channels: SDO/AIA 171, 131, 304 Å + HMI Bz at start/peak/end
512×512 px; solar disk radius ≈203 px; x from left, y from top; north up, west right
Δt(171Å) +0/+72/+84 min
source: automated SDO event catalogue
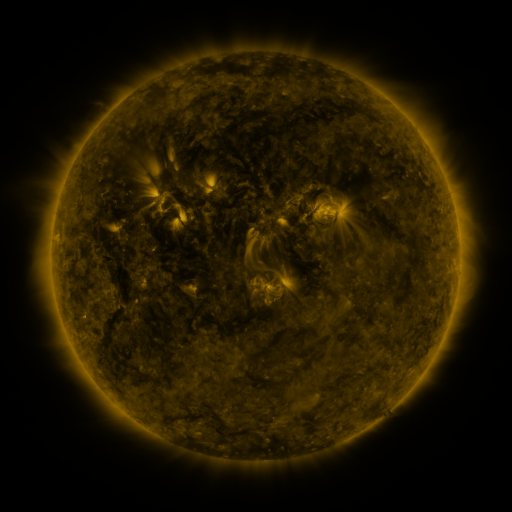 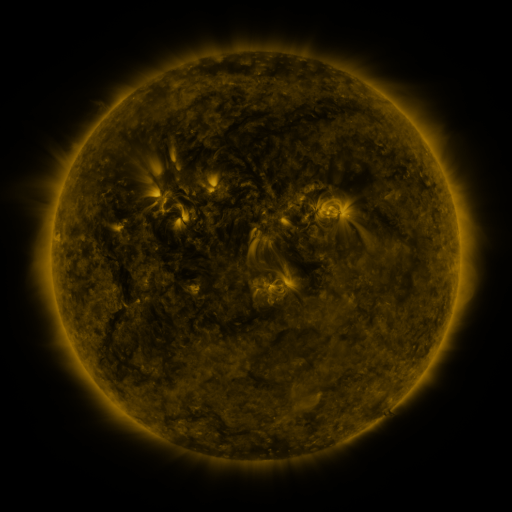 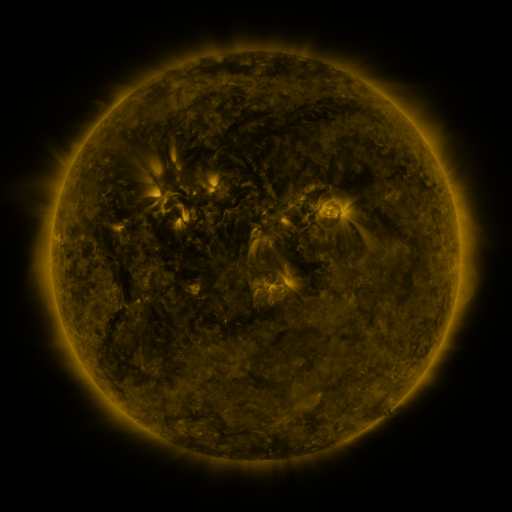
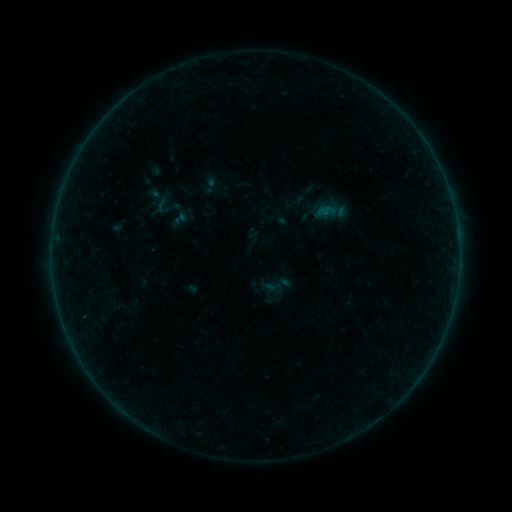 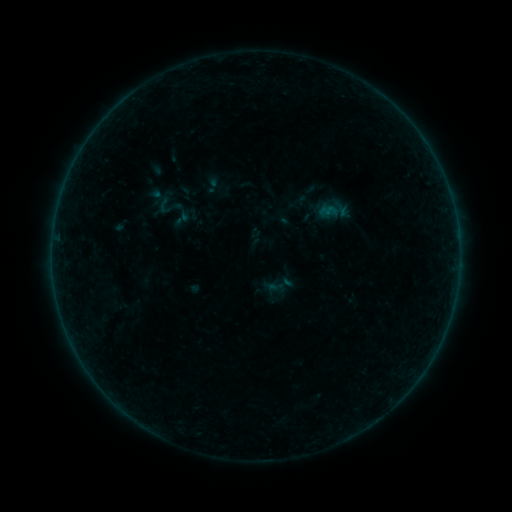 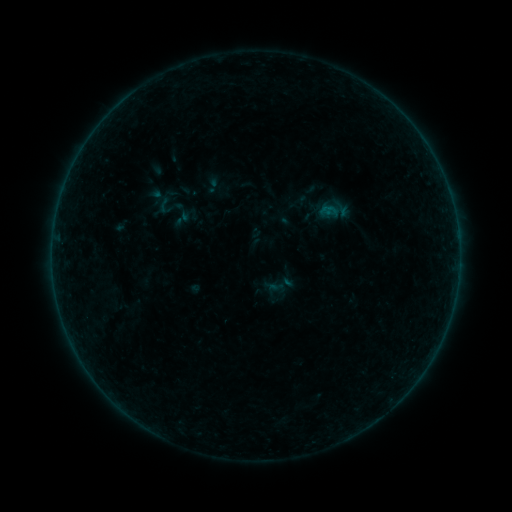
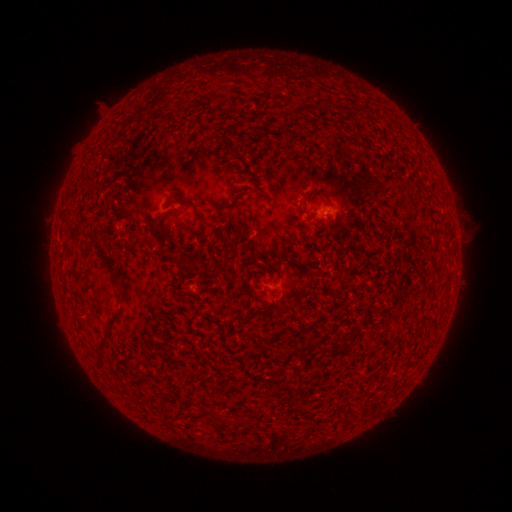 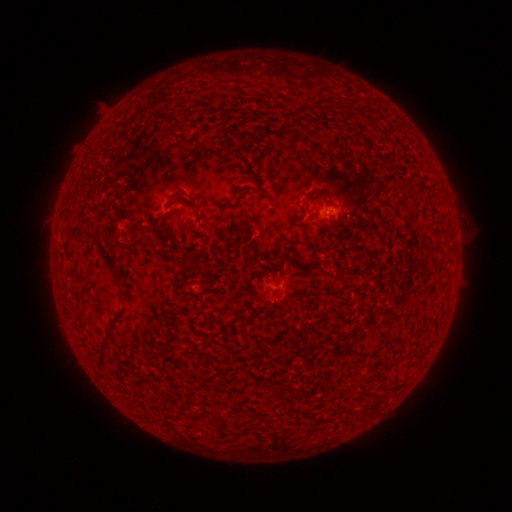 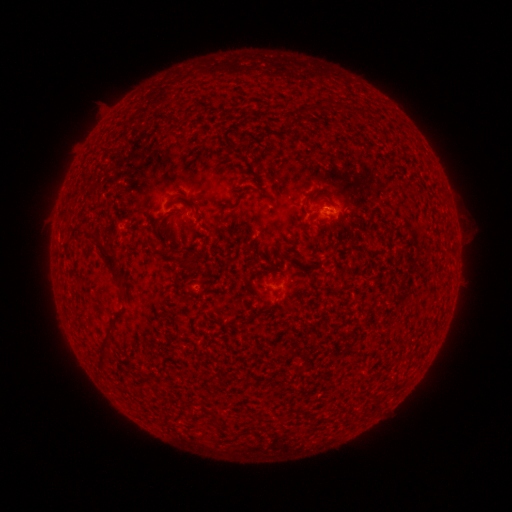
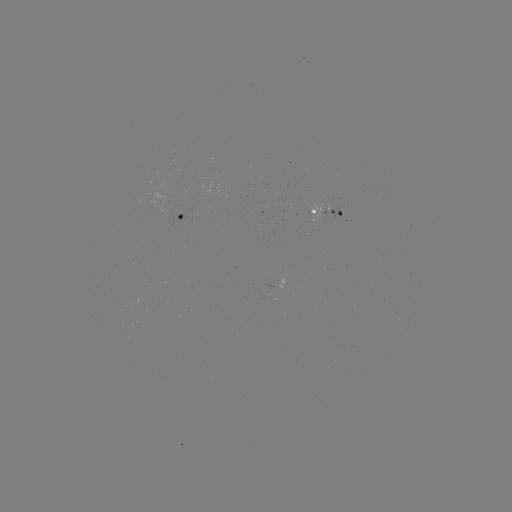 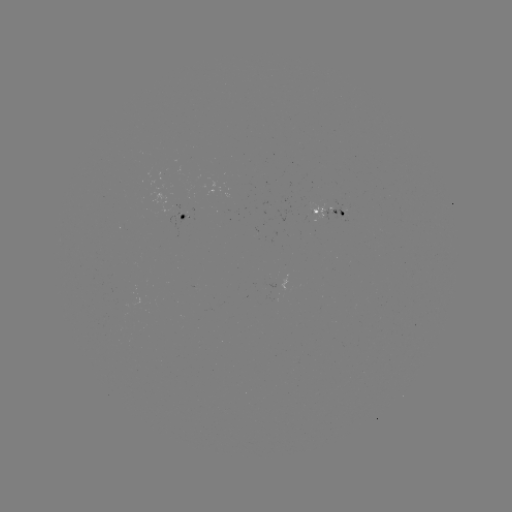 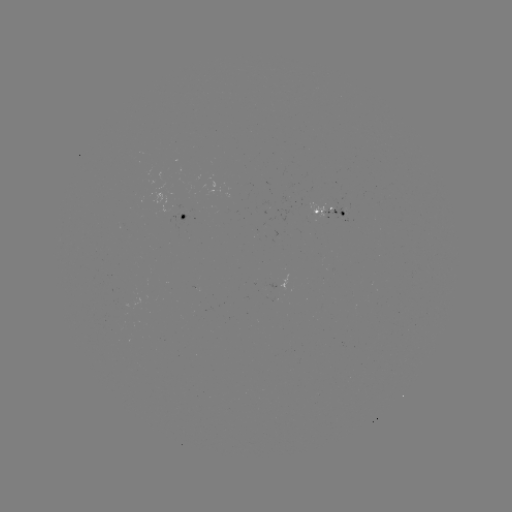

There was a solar emerging-flux region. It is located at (342, 211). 